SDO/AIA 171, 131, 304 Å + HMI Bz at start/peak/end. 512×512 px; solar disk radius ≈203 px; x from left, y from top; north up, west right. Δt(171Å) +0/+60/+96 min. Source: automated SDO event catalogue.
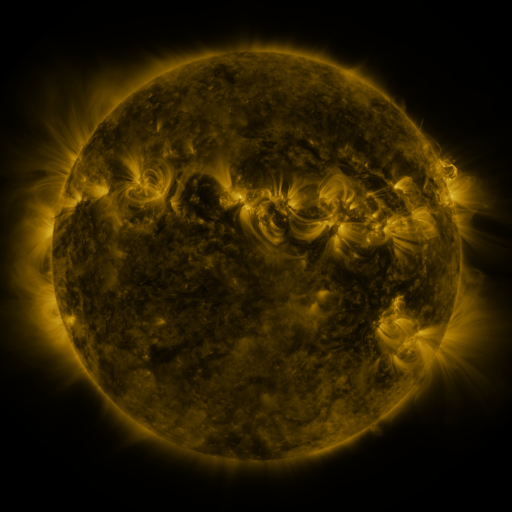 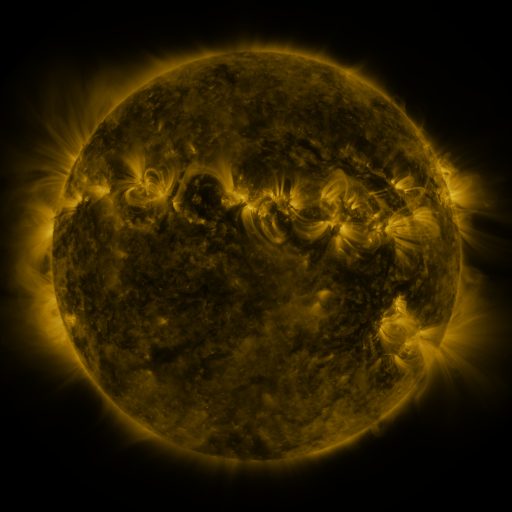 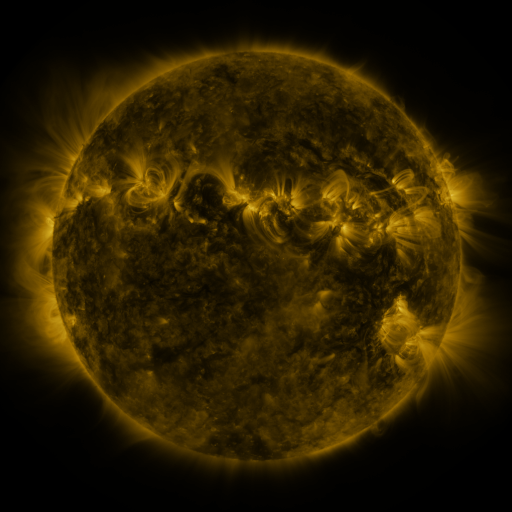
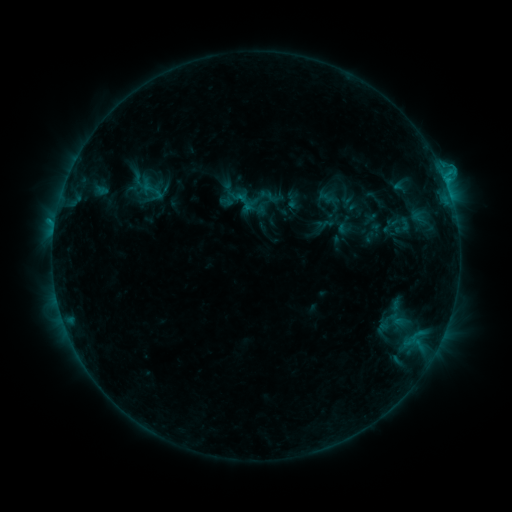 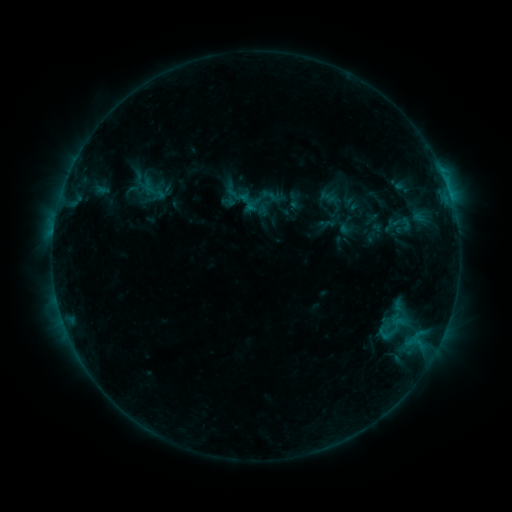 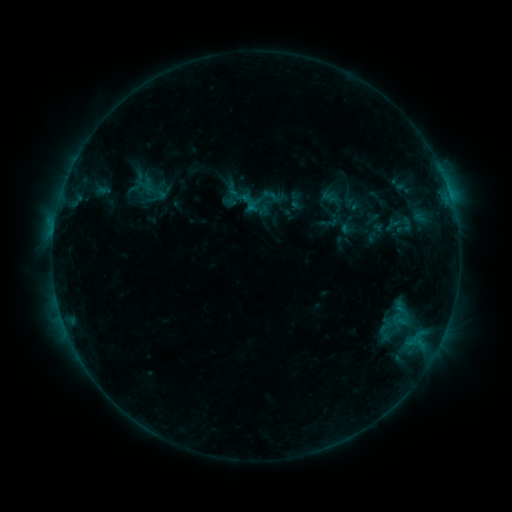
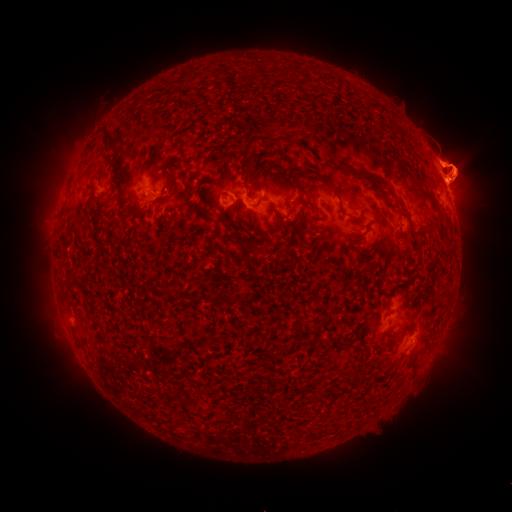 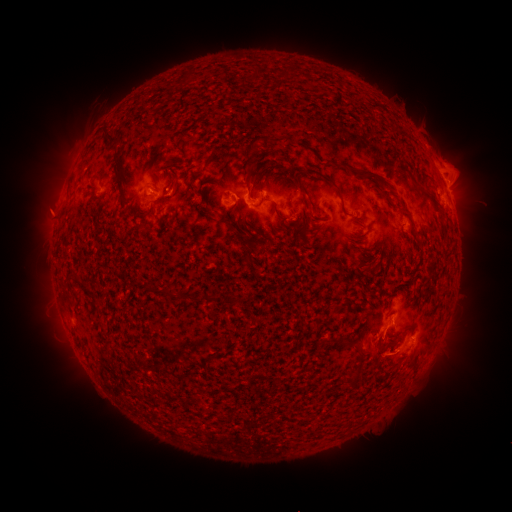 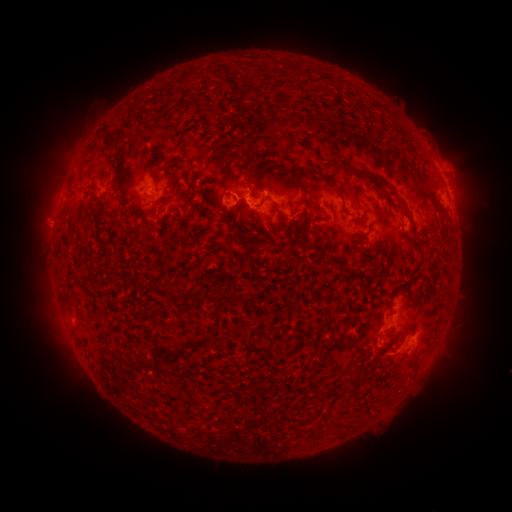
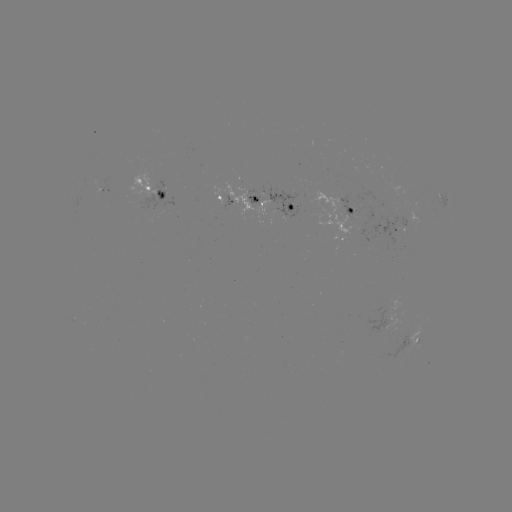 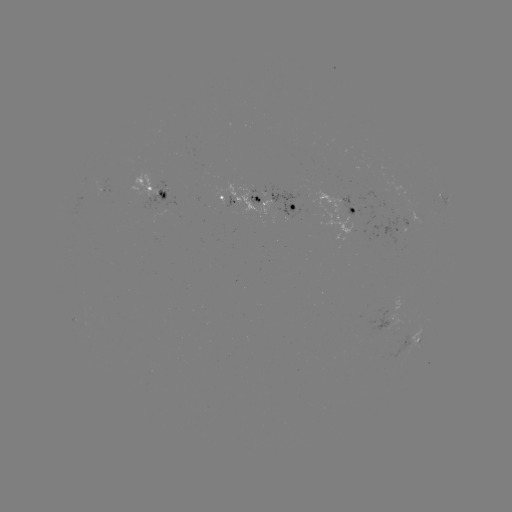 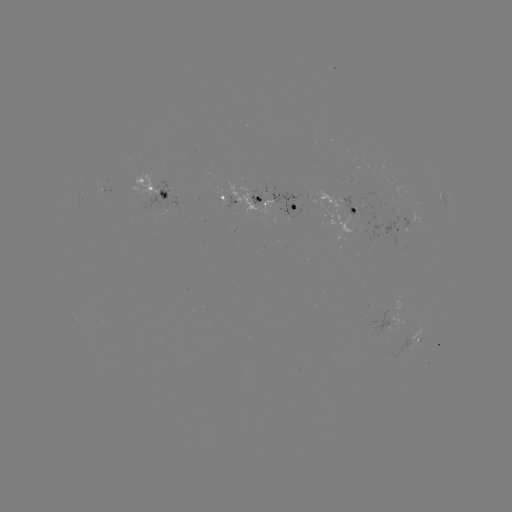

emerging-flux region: [386, 199, 397, 213]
